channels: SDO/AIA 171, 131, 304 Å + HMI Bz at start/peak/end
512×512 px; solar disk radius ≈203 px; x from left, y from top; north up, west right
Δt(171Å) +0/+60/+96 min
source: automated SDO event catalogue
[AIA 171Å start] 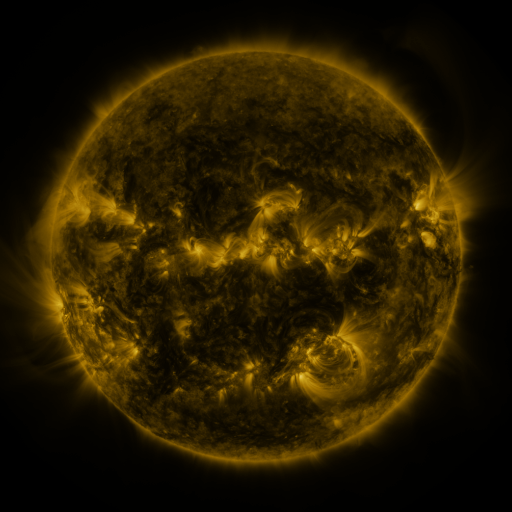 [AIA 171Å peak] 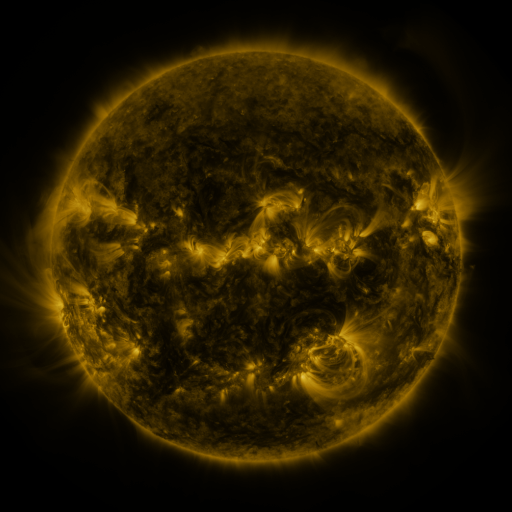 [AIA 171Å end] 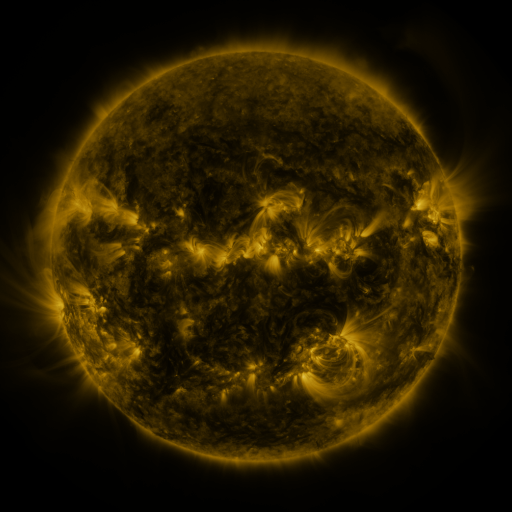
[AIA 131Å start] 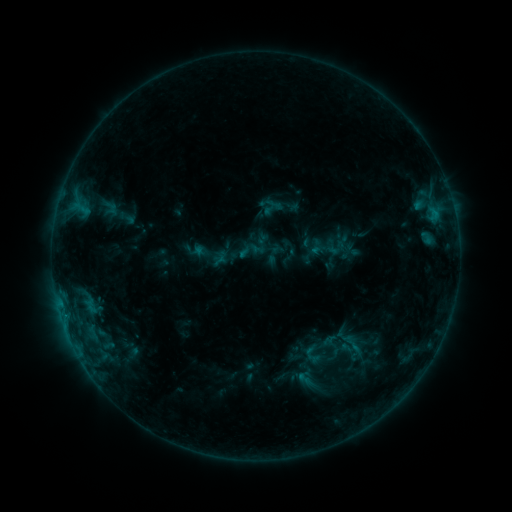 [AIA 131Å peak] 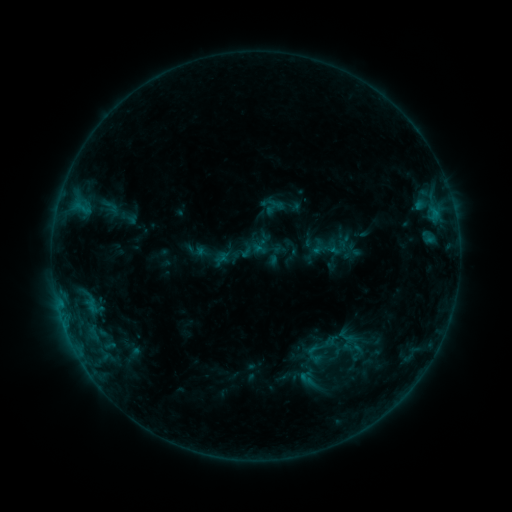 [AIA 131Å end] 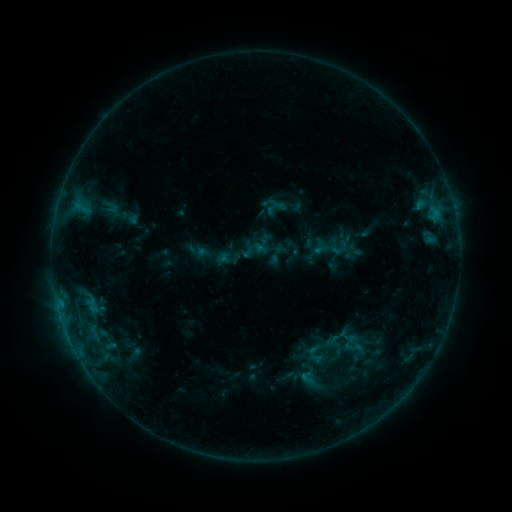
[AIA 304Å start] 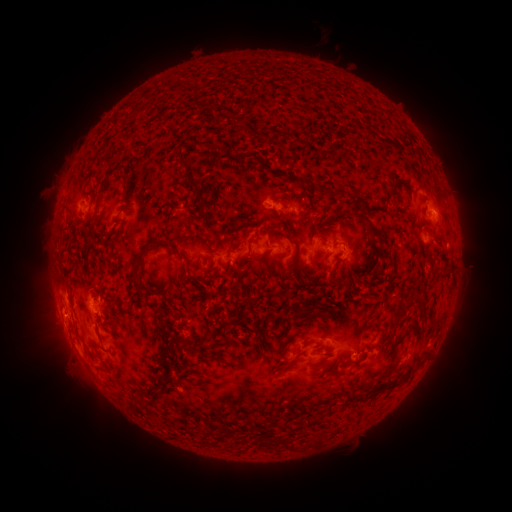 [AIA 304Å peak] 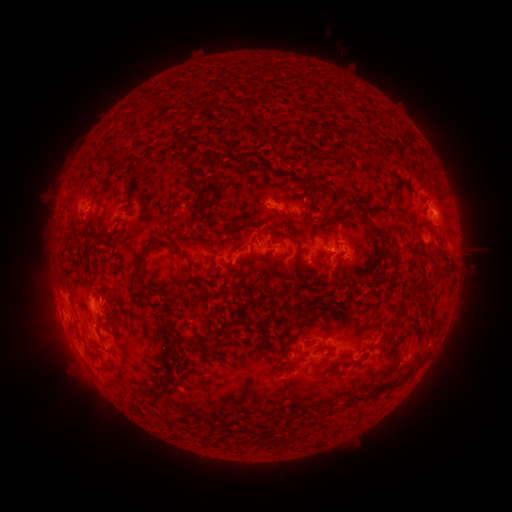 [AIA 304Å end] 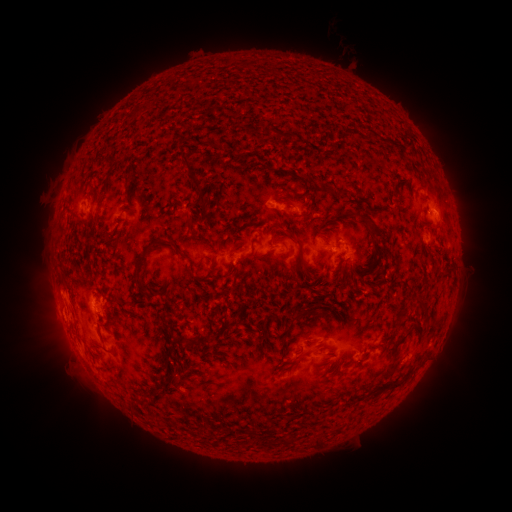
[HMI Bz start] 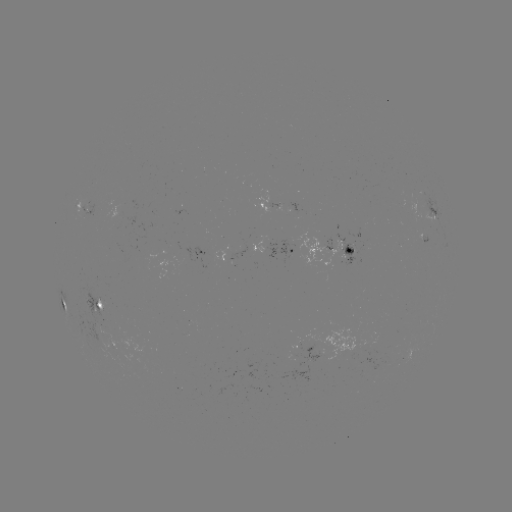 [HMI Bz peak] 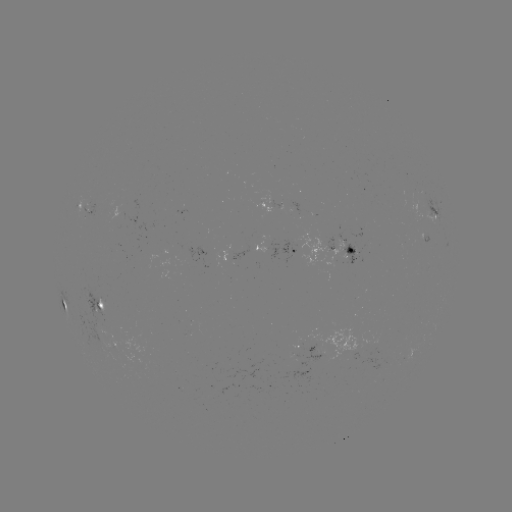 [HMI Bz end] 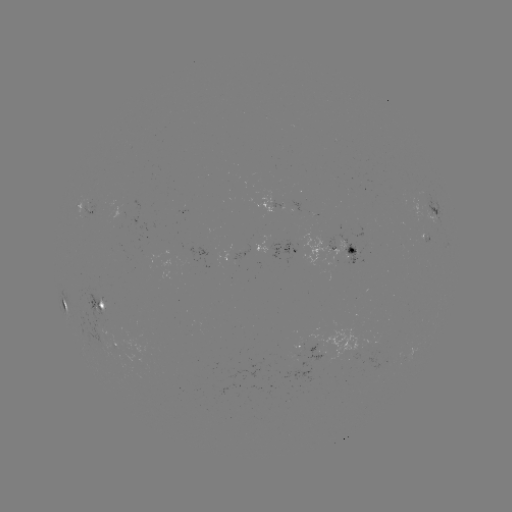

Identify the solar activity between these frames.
emerging-flux region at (189, 255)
